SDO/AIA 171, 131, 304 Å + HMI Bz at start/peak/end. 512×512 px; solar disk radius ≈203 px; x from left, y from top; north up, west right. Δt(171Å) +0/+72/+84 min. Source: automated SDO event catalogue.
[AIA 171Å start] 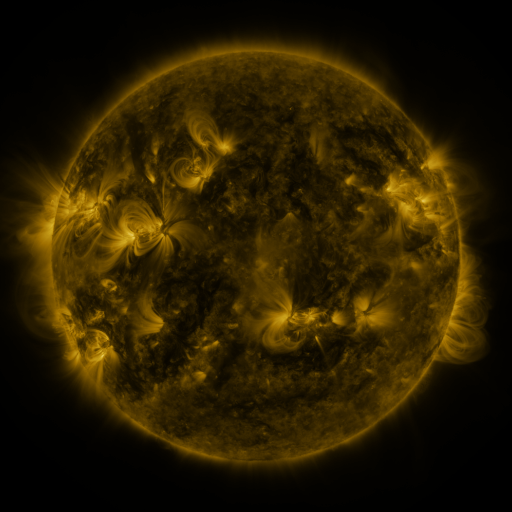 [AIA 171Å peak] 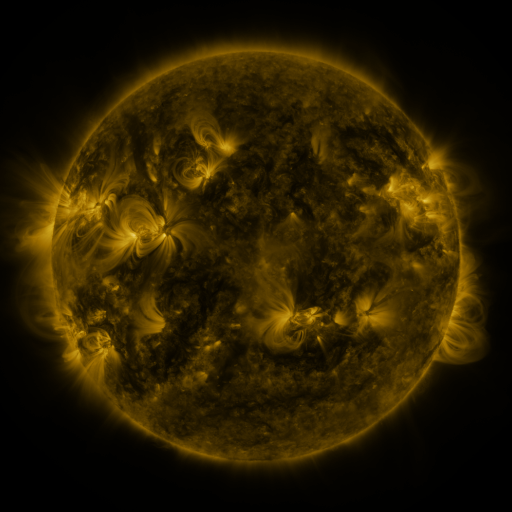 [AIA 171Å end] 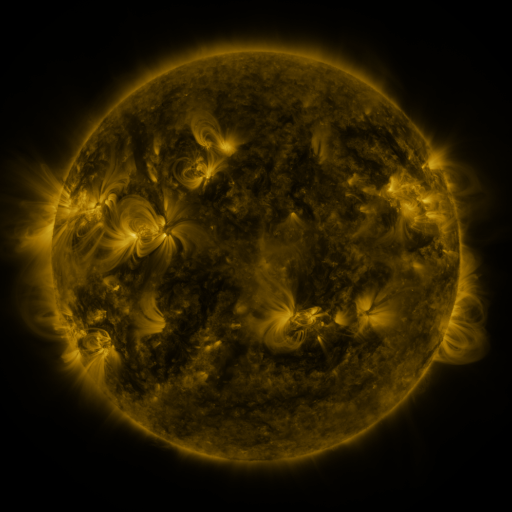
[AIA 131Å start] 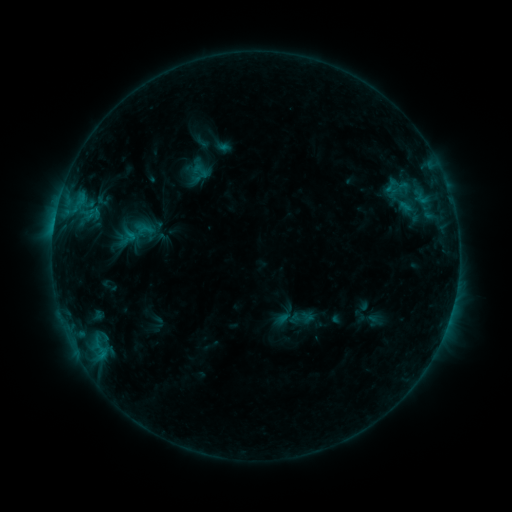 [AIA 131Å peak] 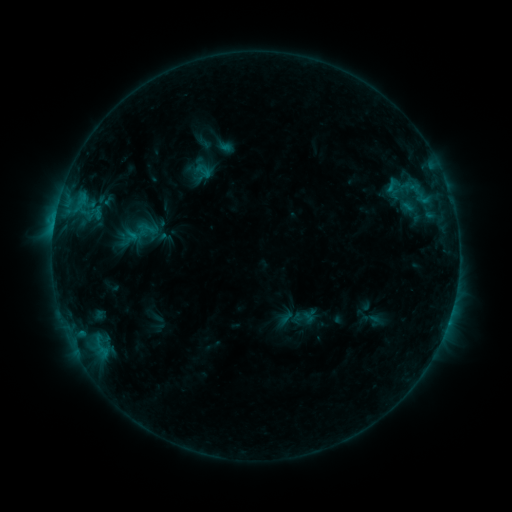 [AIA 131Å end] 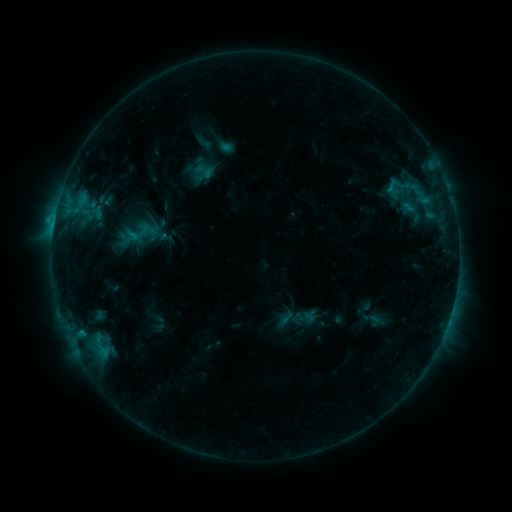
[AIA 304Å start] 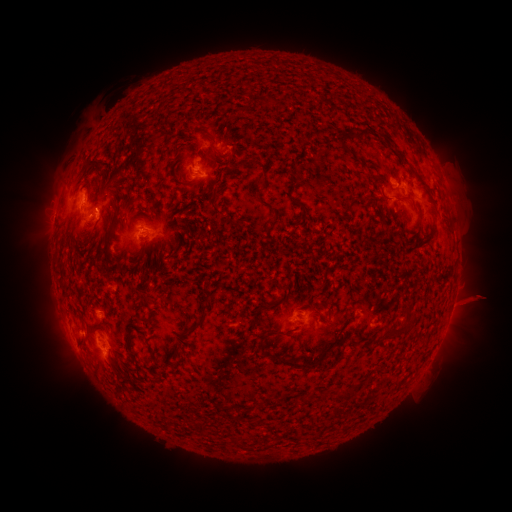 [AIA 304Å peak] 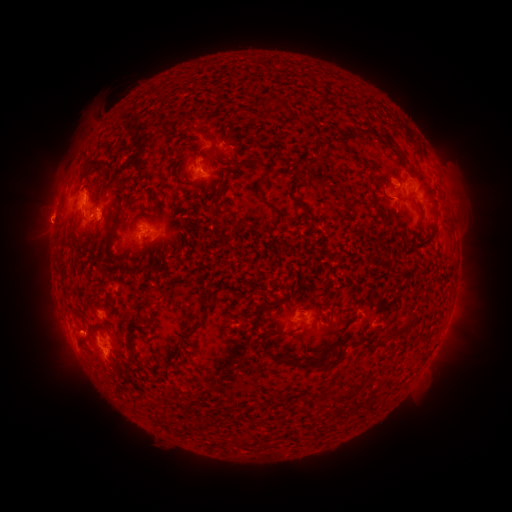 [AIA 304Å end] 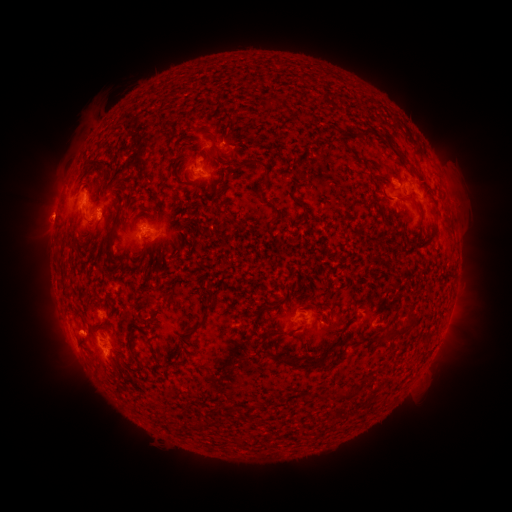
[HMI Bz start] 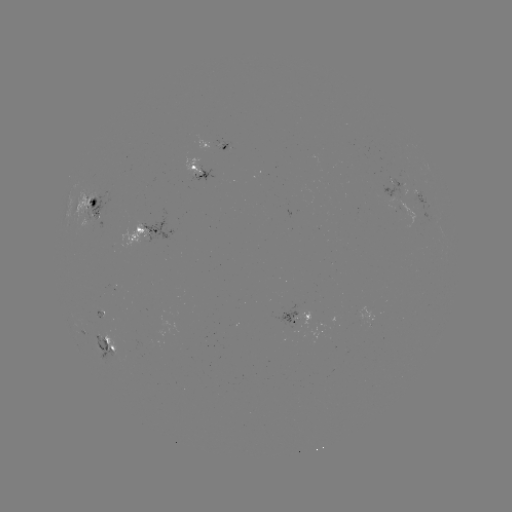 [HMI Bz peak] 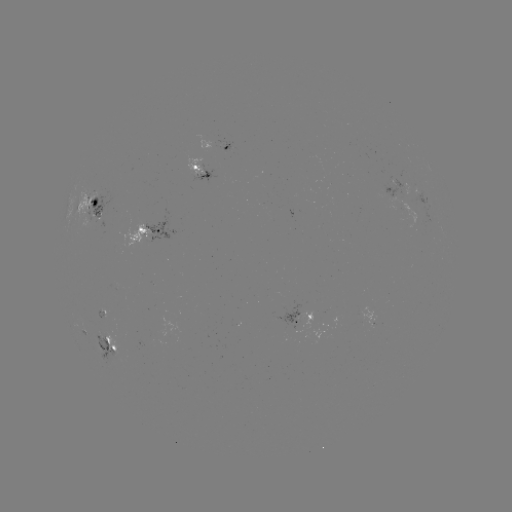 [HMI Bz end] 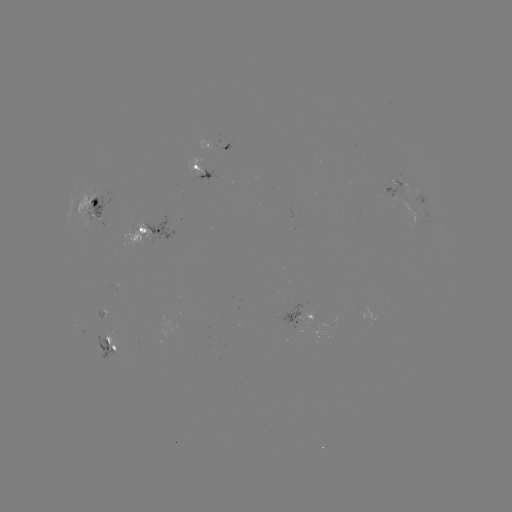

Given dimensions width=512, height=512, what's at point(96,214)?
emerging-flux region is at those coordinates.